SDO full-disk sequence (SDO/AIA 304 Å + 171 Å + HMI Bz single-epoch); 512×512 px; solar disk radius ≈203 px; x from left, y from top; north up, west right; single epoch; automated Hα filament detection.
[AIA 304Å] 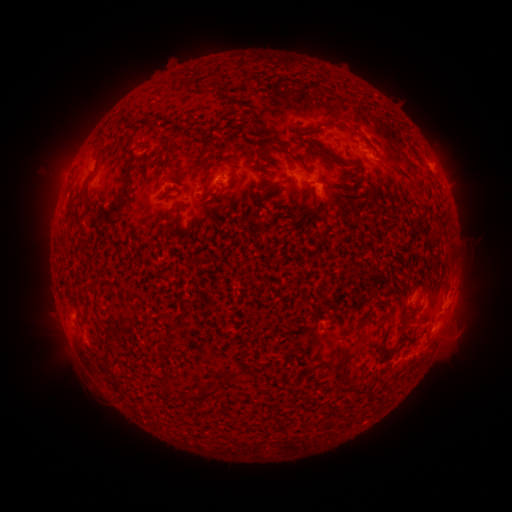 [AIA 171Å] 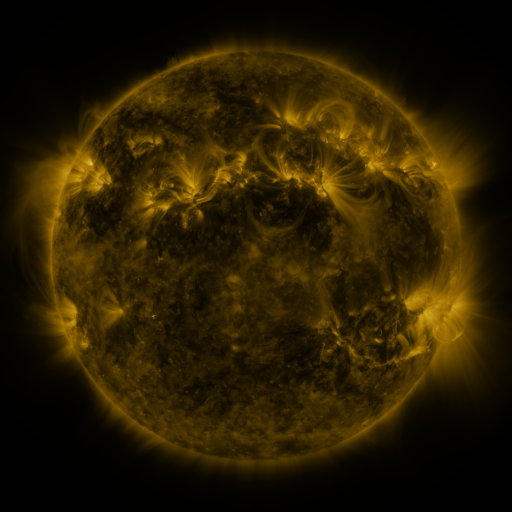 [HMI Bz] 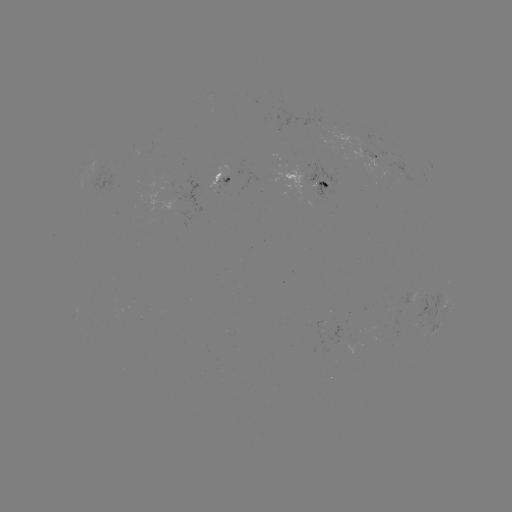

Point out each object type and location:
filament: <bbox>303, 125, 323, 135</bbox>
filament: <bbox>262, 140, 292, 150</bbox>
filament: <bbox>315, 145, 348, 167</bbox>
filament: <bbox>389, 166, 414, 185</bbox>
filament: <bbox>122, 175, 132, 198</bbox>
filament: <bbox>302, 180, 312, 191</bbox>
filament: <bbox>320, 181, 330, 190</bbox>
filament: <bbox>81, 182, 93, 204</bbox>
filament: <bbox>414, 190, 426, 199</bbox>
filament: <bbox>315, 205, 327, 214</bbox>
filament: <bbox>175, 211, 194, 234</bbox>
filament: <bbox>376, 302, 388, 310</bbox>
filament: <bbox>80, 312, 87, 324</bbox>
filament: <bbox>93, 318, 100, 336</bbox>
filament: <bbox>330, 318, 365, 373</bbox>
filament: <bbox>223, 369, 238, 379</bbox>
